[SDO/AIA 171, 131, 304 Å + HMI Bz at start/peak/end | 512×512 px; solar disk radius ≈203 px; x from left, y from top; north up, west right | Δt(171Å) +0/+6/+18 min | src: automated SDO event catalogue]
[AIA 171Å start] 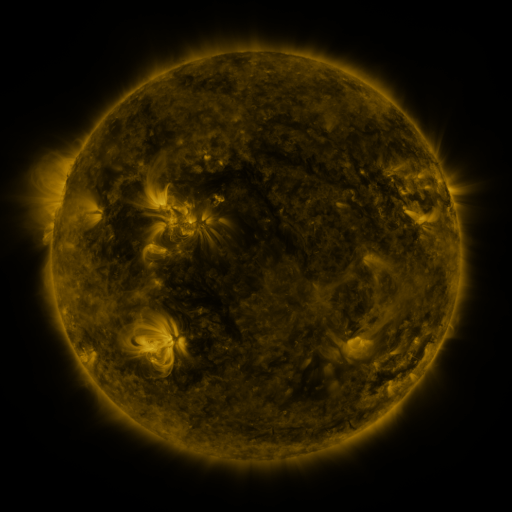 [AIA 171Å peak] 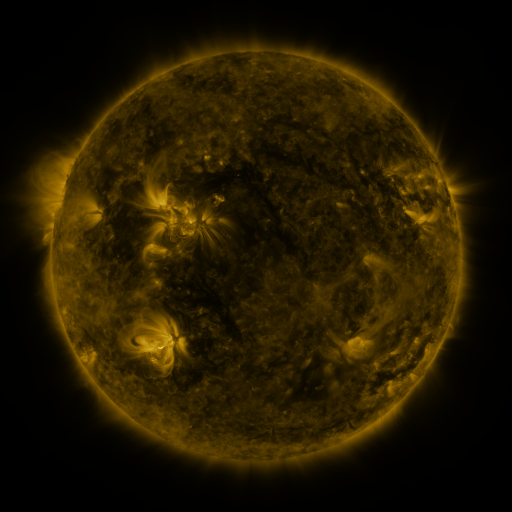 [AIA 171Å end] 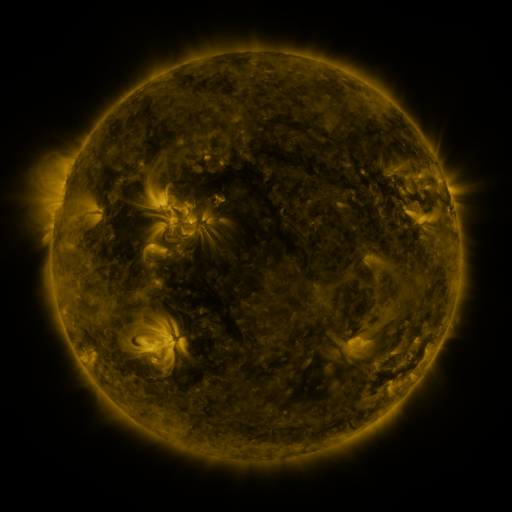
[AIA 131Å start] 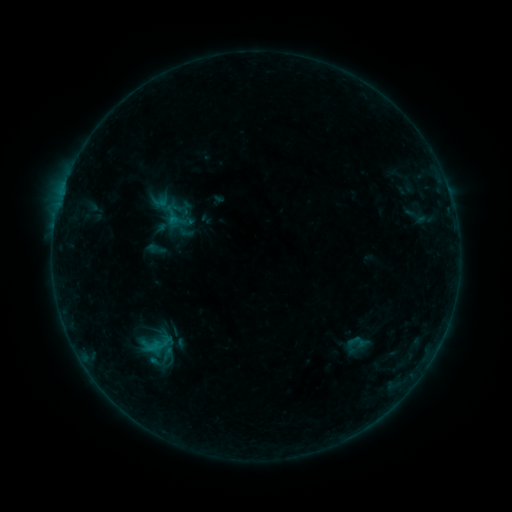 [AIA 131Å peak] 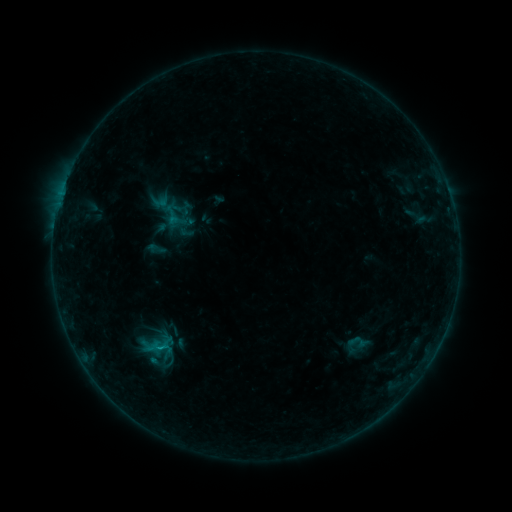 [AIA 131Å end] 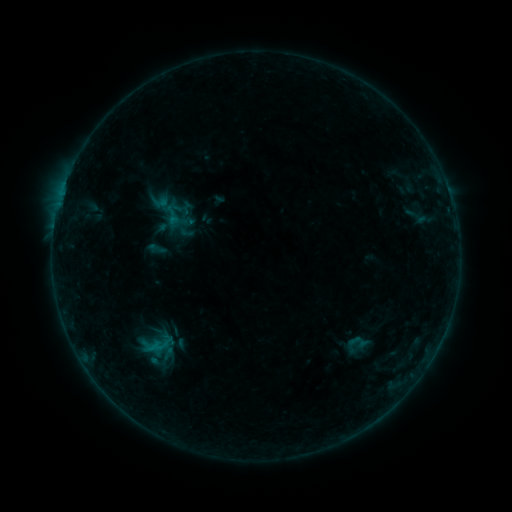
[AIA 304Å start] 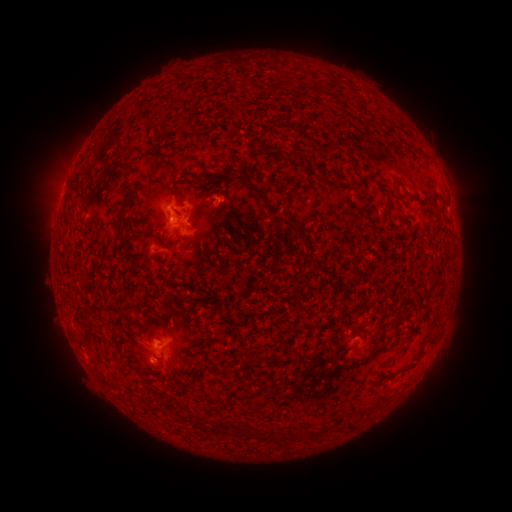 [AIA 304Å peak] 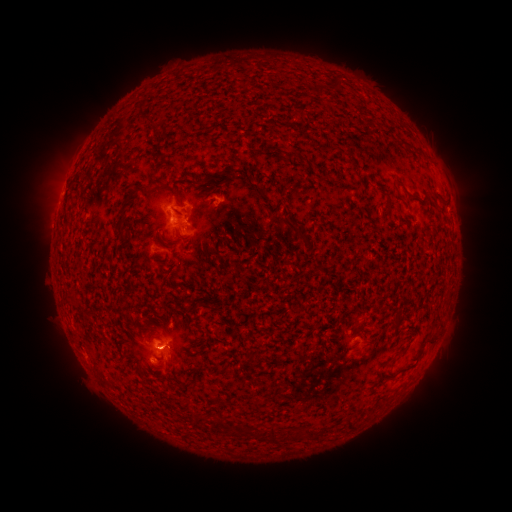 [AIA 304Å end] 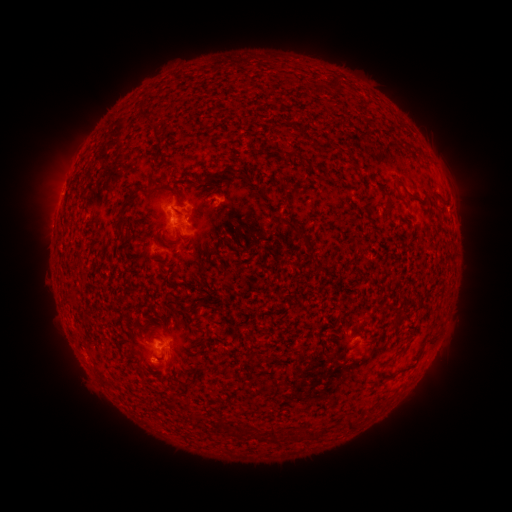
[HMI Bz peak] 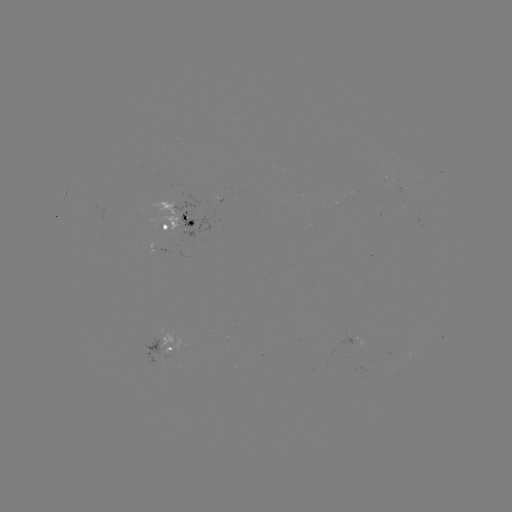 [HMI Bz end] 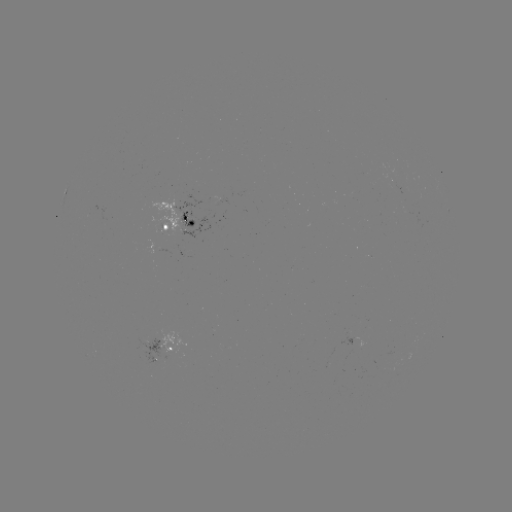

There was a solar flare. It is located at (160, 348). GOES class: B4.4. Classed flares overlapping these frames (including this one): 2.